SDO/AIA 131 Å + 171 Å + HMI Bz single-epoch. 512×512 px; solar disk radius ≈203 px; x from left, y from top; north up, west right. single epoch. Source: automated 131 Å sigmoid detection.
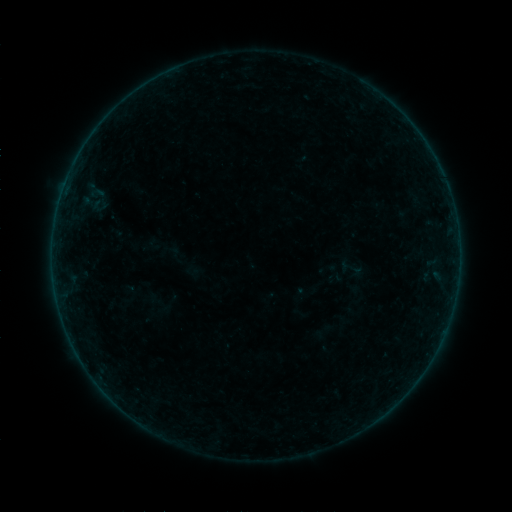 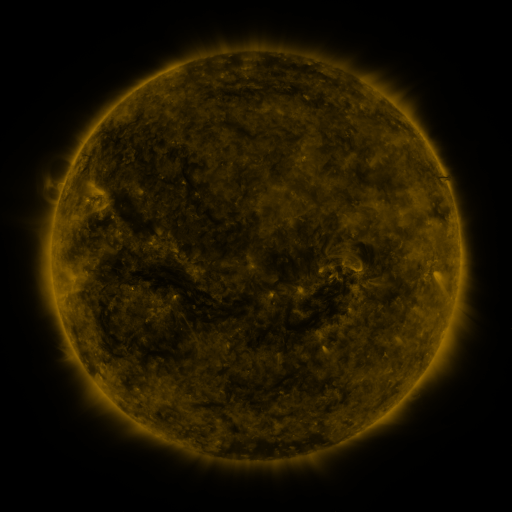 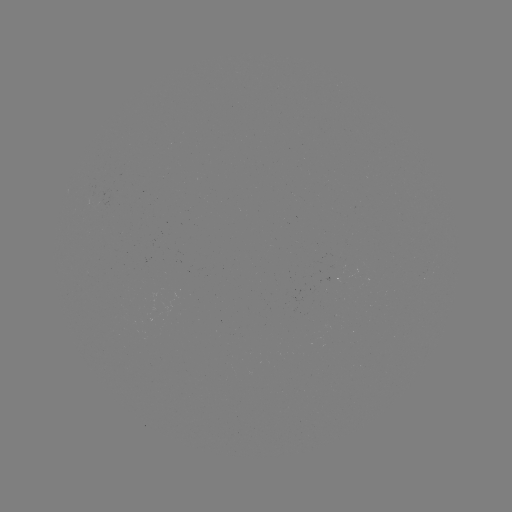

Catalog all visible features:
sigmoid: (323, 331)
